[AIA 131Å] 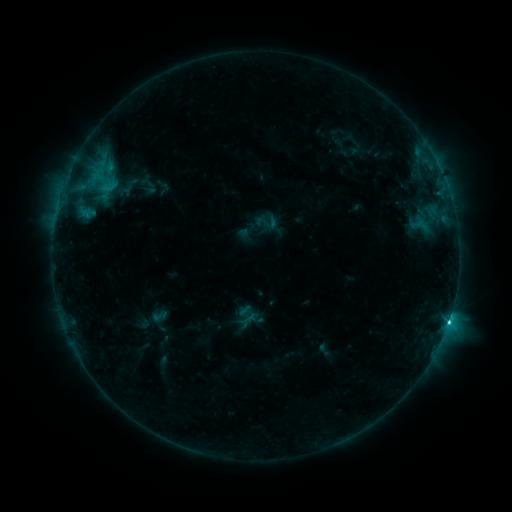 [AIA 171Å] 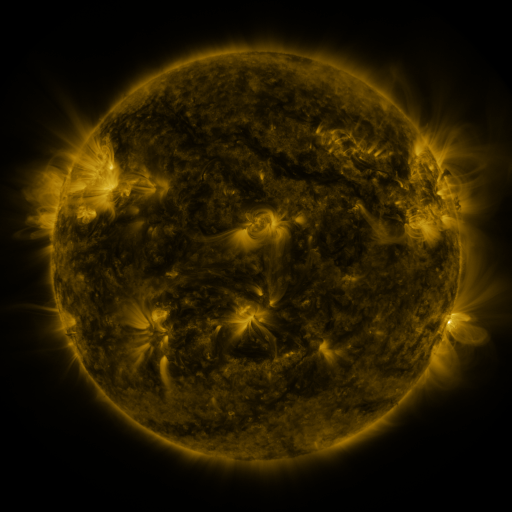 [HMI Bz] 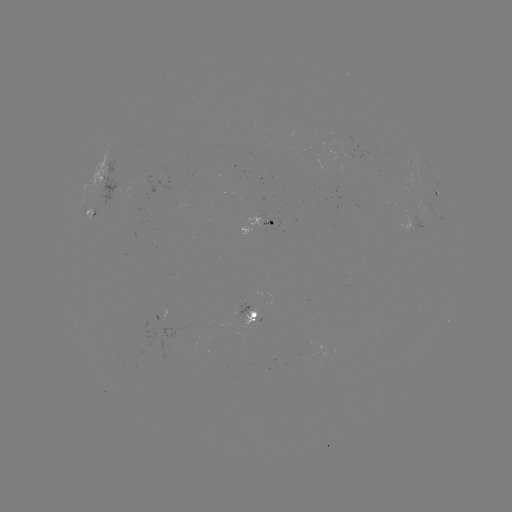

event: sigmoid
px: (266, 222)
